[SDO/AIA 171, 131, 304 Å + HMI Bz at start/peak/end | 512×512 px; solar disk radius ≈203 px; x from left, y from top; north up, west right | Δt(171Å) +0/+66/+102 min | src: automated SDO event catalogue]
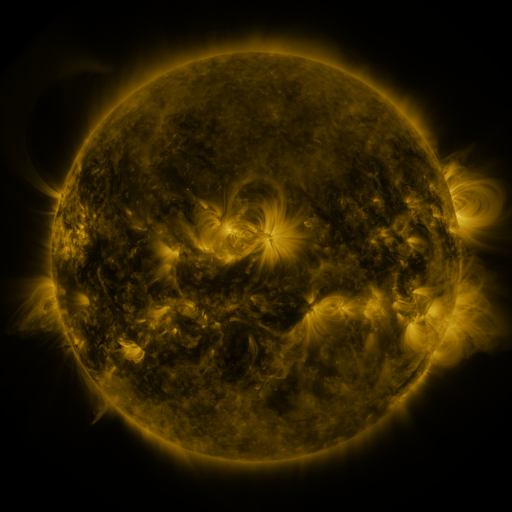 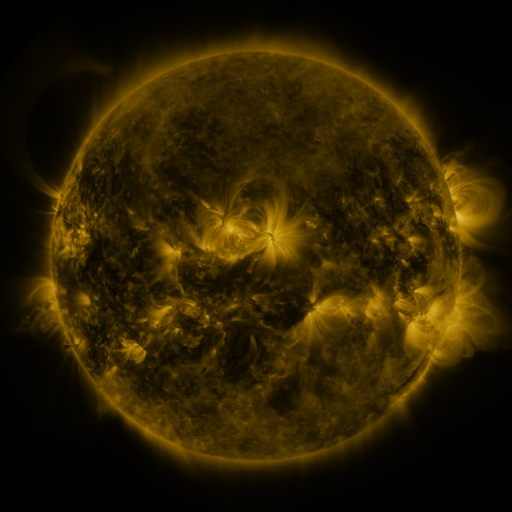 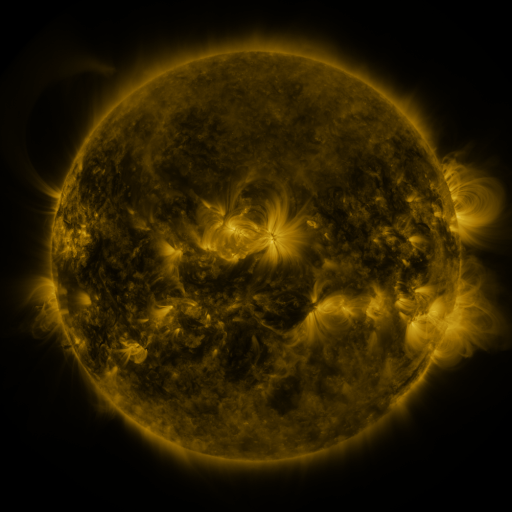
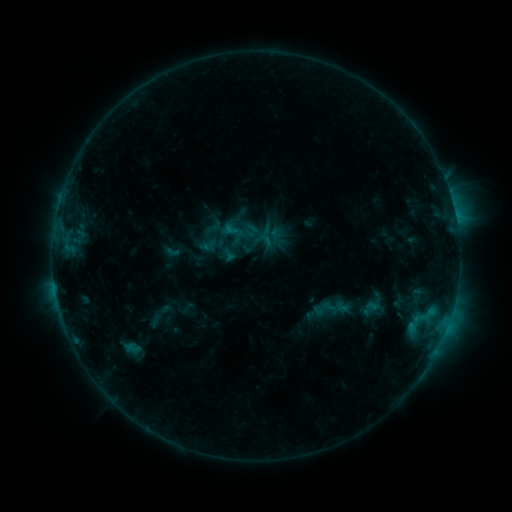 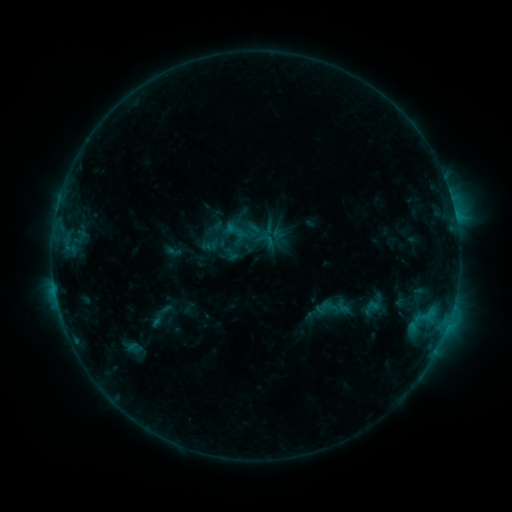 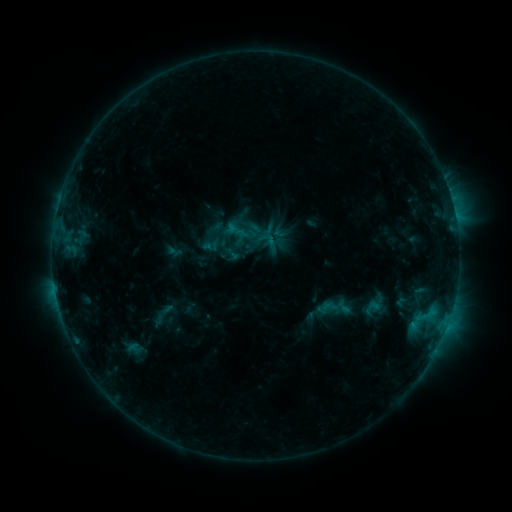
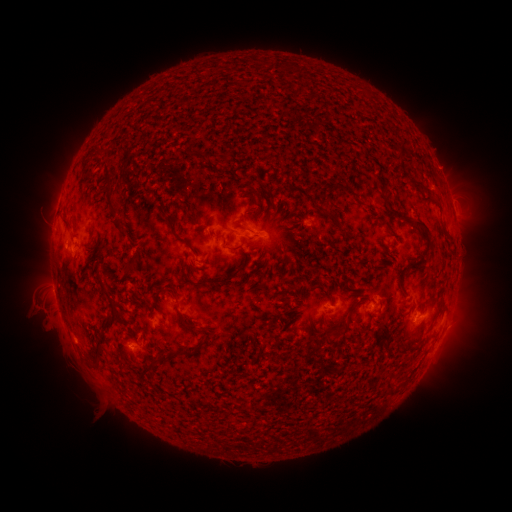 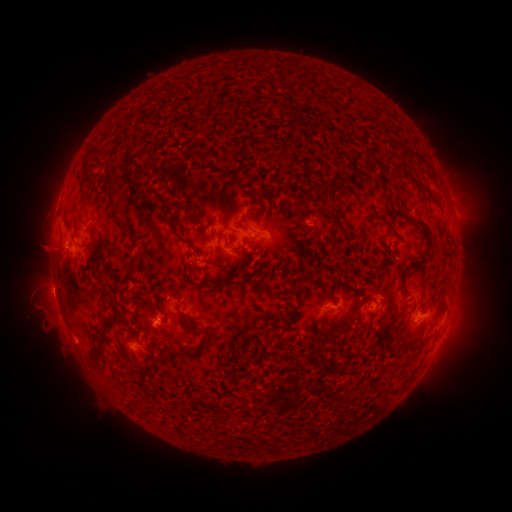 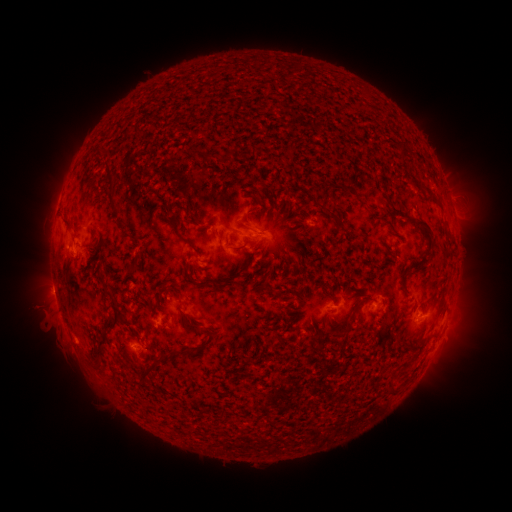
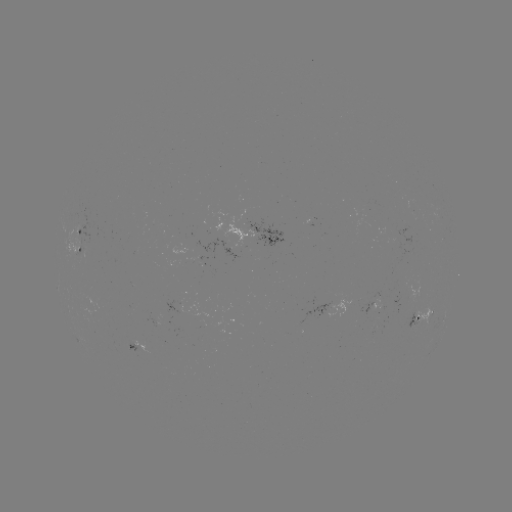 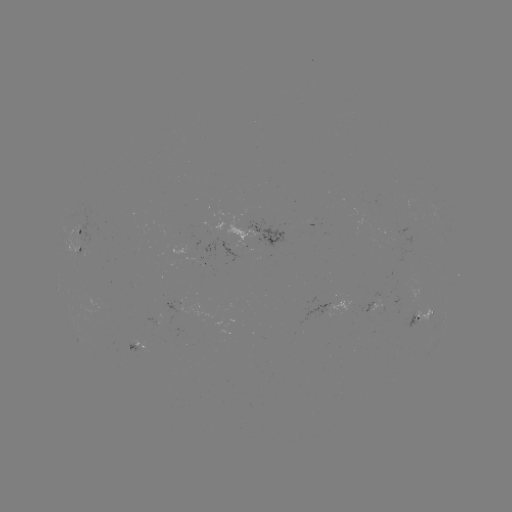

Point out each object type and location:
emerging-flux region: (82, 251)
